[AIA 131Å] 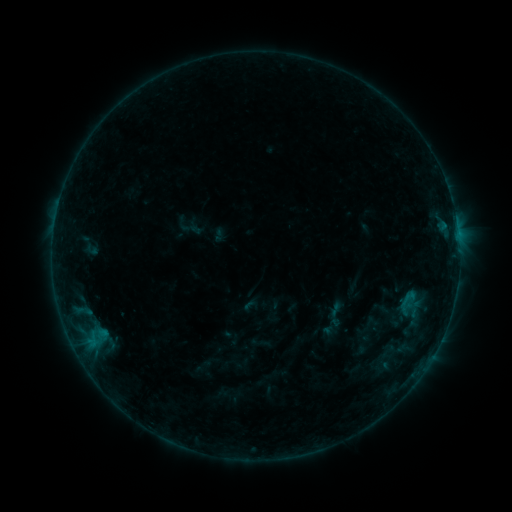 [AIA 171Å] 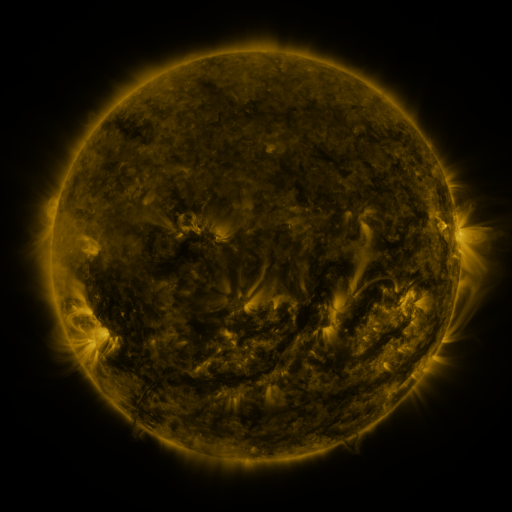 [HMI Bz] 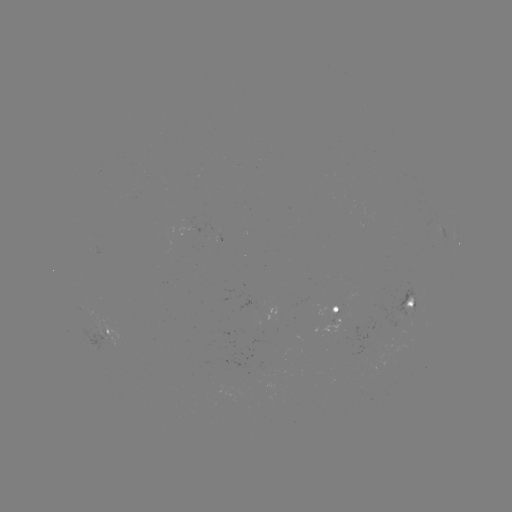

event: sigmoid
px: (408, 300)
